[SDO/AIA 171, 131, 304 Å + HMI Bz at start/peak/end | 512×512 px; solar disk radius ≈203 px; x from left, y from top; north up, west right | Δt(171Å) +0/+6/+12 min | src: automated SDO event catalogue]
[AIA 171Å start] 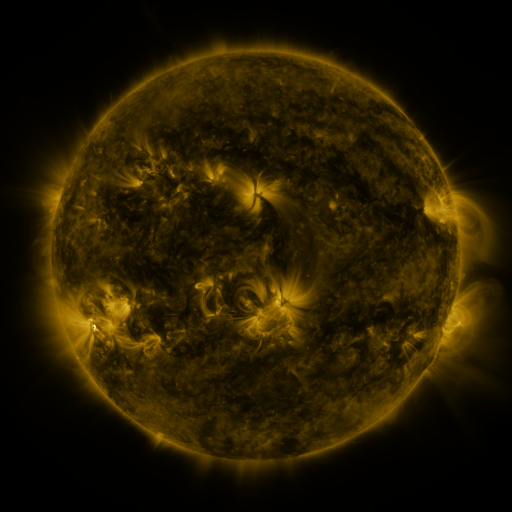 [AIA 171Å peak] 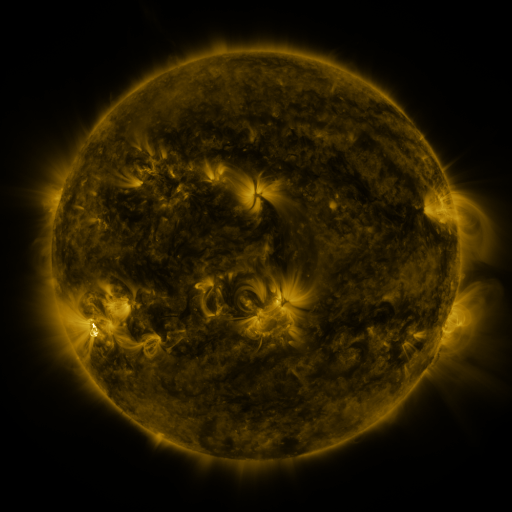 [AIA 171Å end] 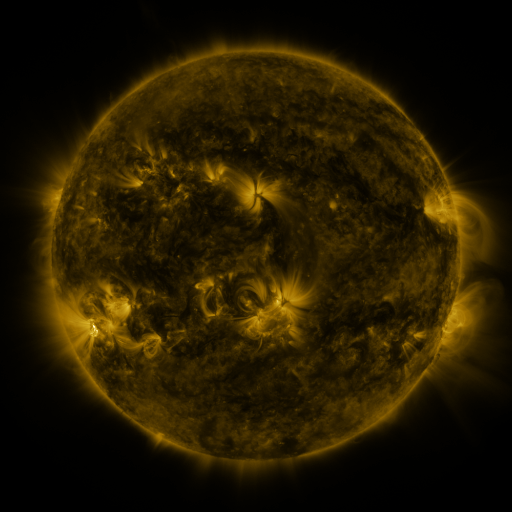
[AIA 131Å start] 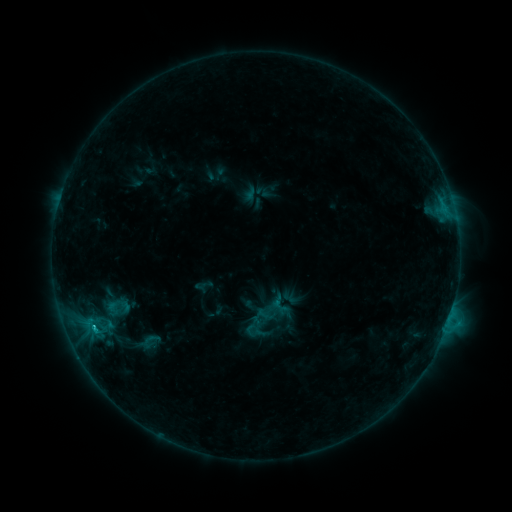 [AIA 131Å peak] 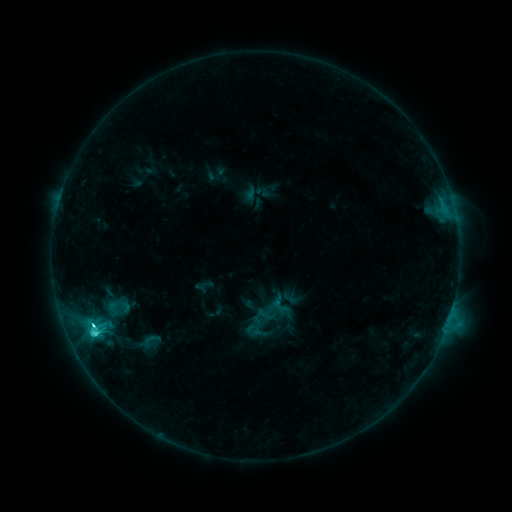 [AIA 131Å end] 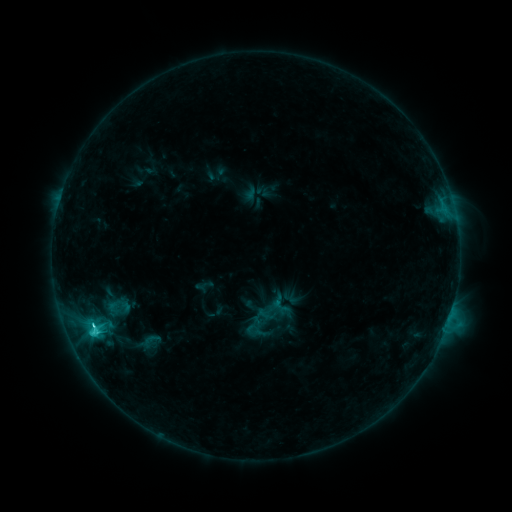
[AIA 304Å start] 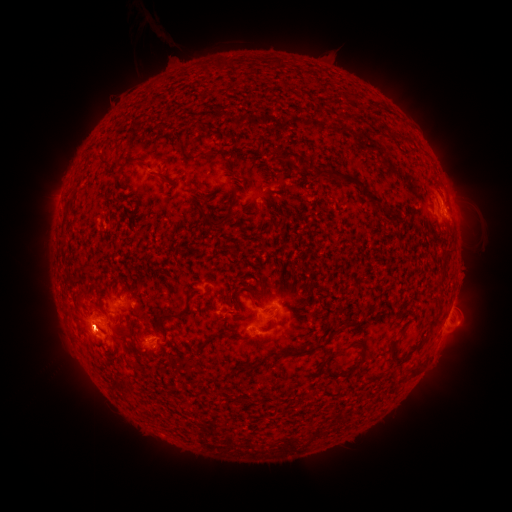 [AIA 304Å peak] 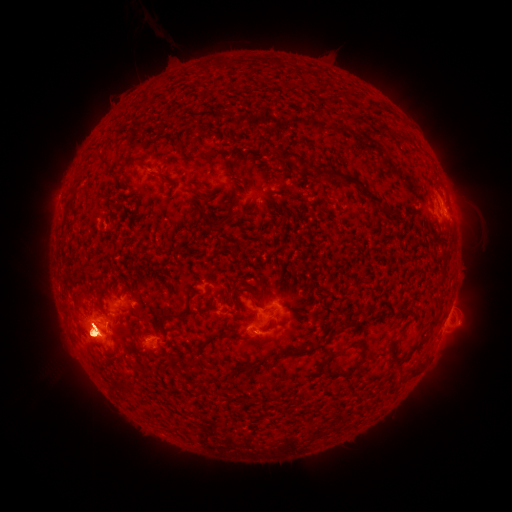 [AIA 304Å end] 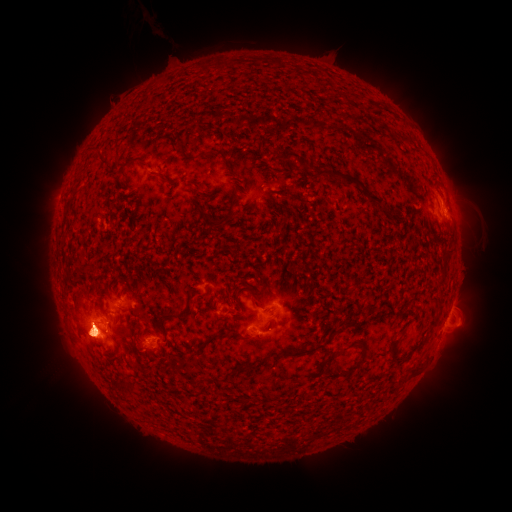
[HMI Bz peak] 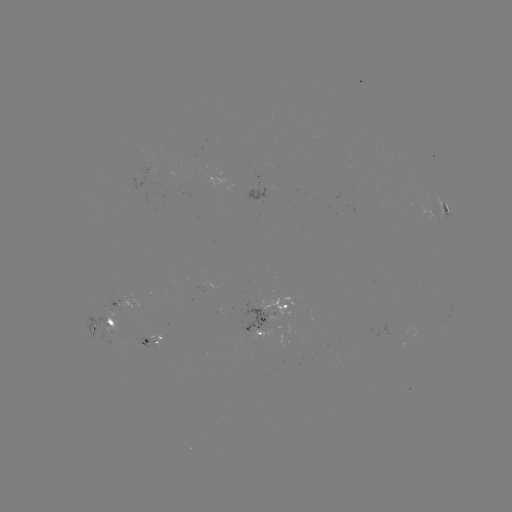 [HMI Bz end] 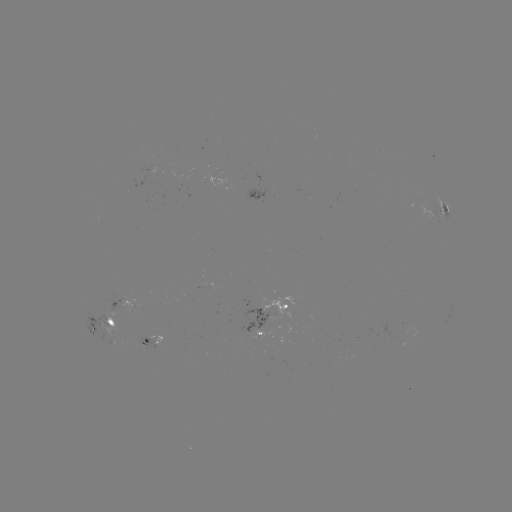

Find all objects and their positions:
eruption: (463, 199)
